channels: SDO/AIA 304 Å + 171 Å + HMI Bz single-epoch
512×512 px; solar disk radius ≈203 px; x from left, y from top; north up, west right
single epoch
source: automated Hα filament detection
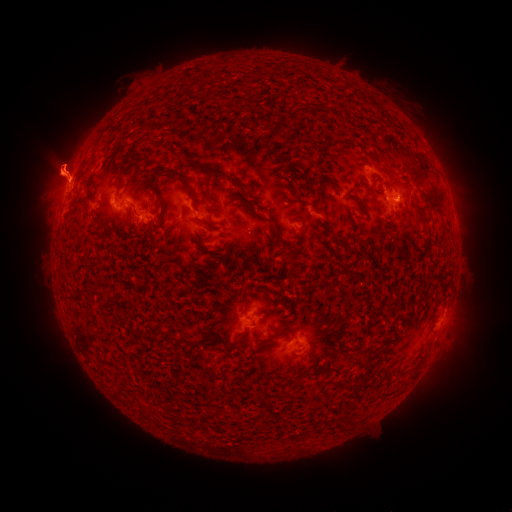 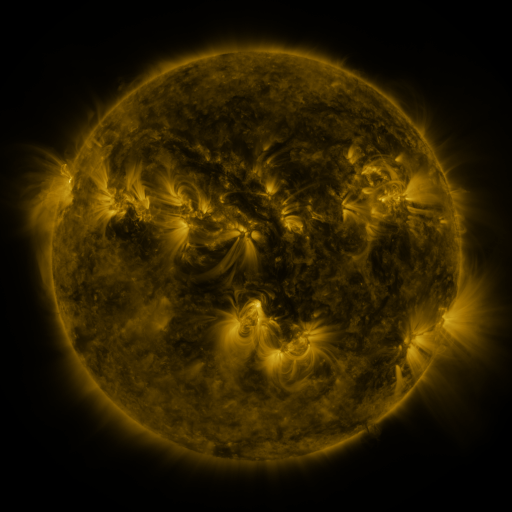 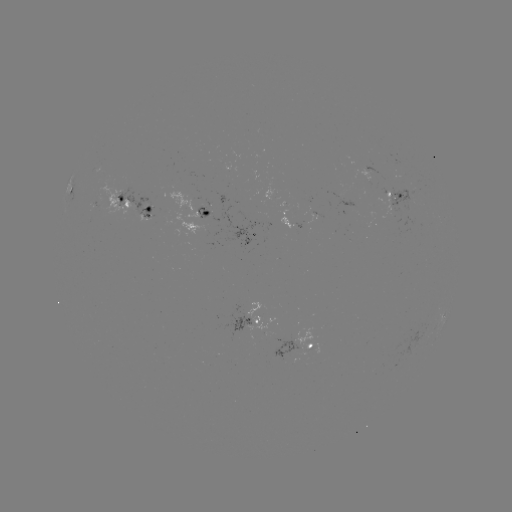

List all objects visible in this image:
filament: (131, 152)
filament: (122, 169)
filament: (215, 170)
filament: (182, 177)
filament: (158, 195)
filament: (249, 204)
filament: (206, 213)
filament: (292, 274)
filament: (219, 341)
